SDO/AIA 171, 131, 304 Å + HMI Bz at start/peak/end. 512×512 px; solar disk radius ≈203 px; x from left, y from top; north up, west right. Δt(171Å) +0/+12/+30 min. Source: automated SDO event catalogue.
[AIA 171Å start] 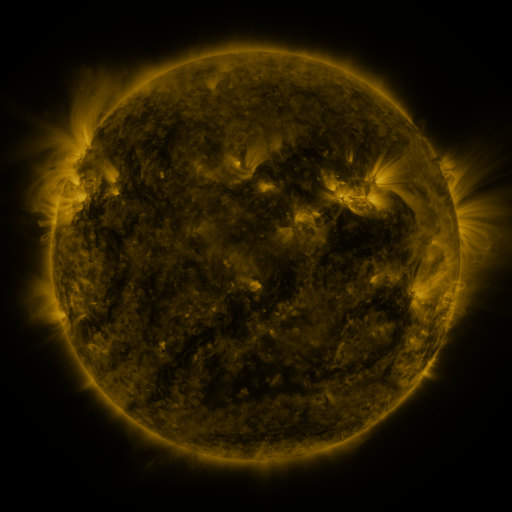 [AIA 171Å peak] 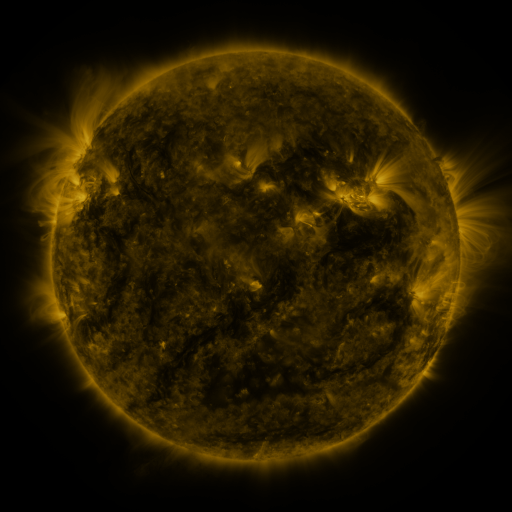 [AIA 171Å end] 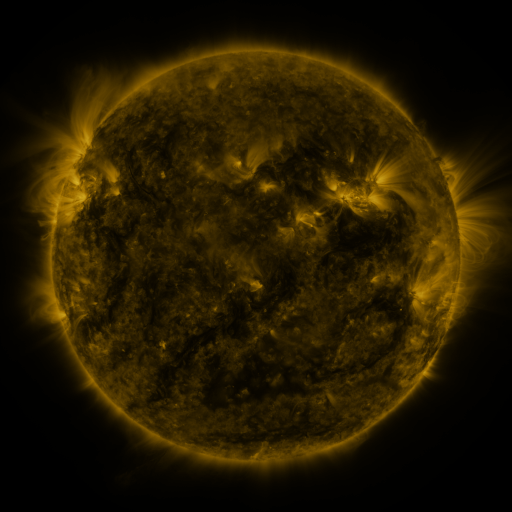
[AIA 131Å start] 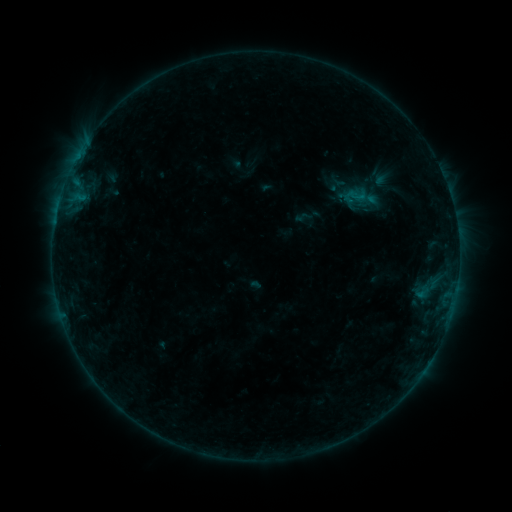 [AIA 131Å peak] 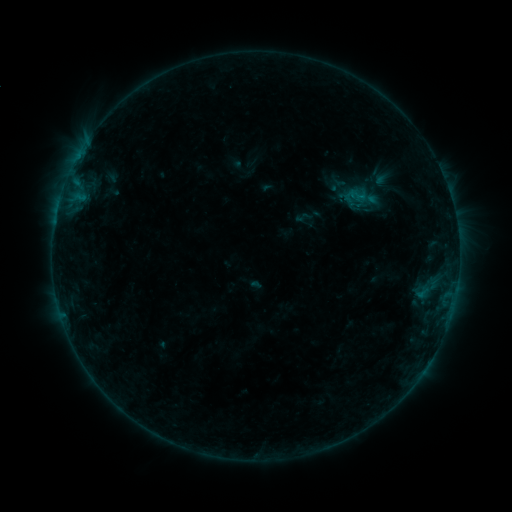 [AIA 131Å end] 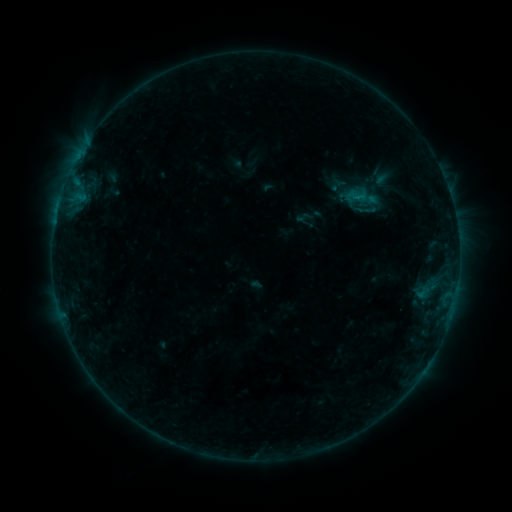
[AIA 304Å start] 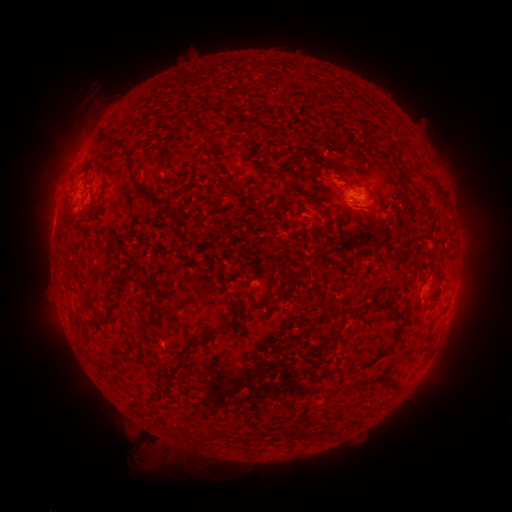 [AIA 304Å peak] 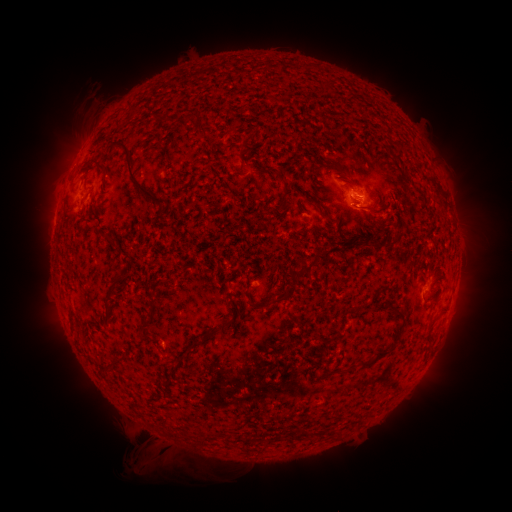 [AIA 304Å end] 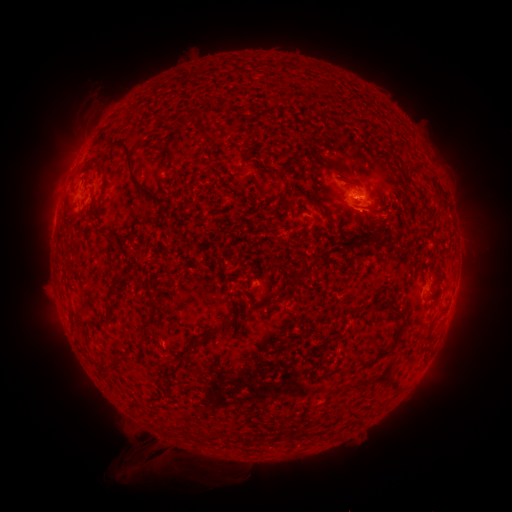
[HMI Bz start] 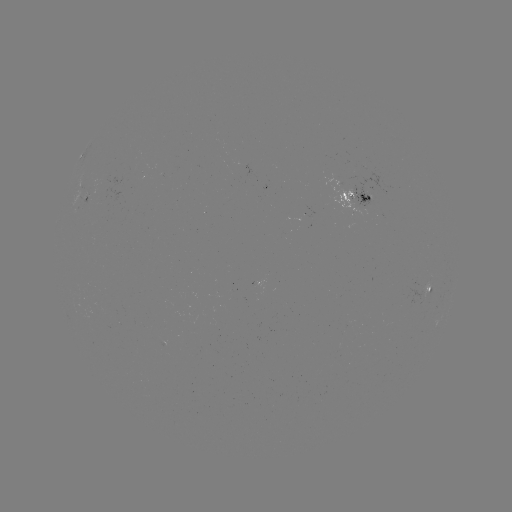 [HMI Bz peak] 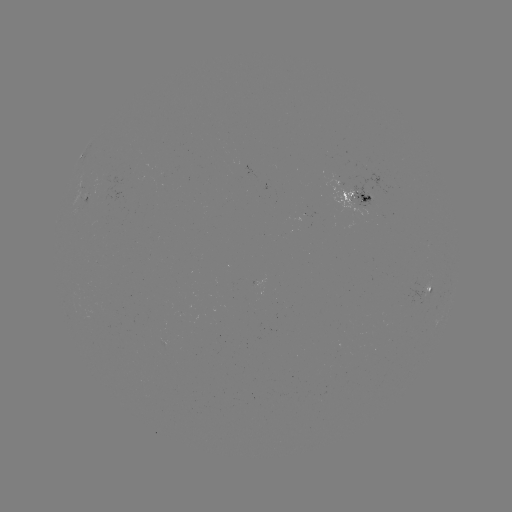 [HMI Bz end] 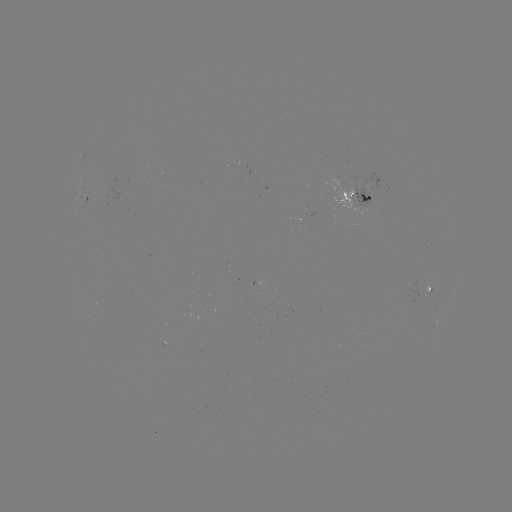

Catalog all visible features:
eruption: (144, 465)
